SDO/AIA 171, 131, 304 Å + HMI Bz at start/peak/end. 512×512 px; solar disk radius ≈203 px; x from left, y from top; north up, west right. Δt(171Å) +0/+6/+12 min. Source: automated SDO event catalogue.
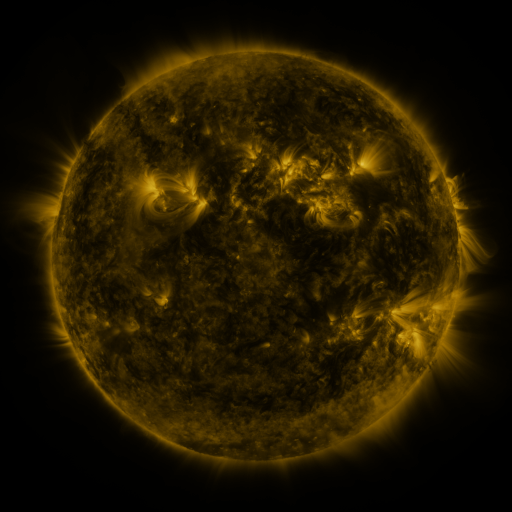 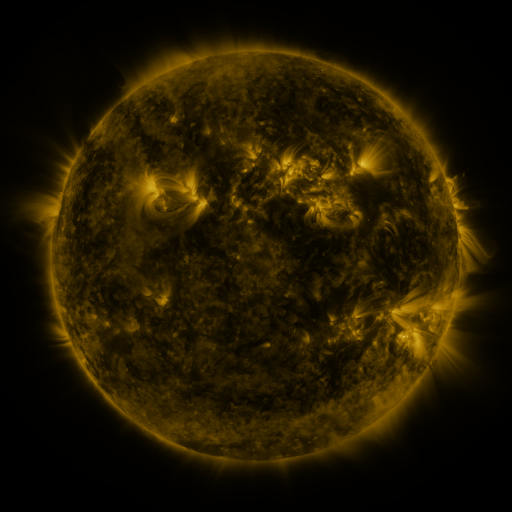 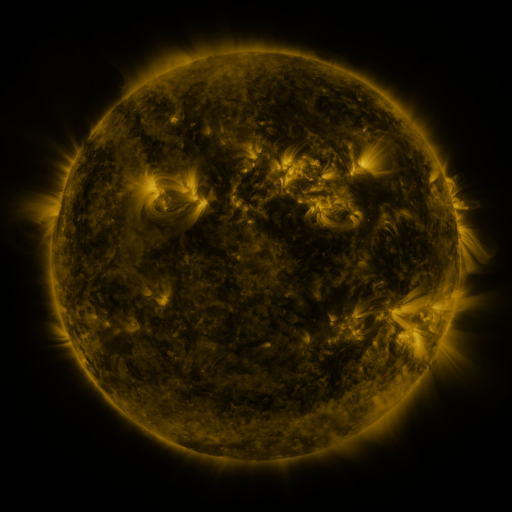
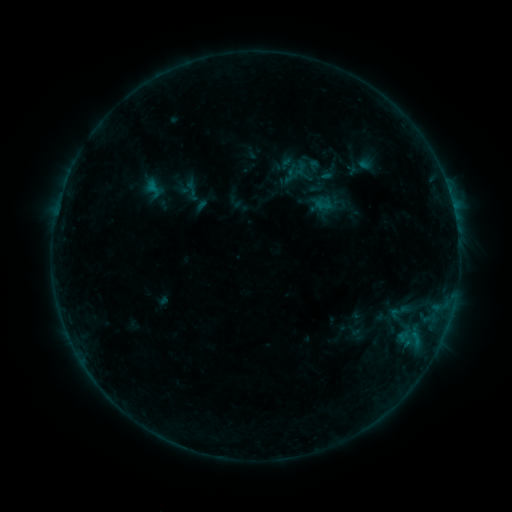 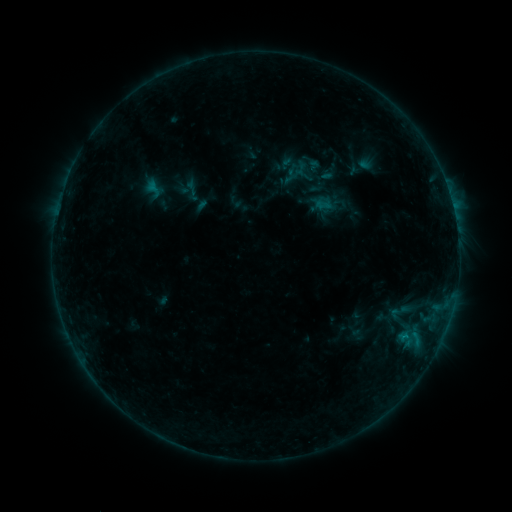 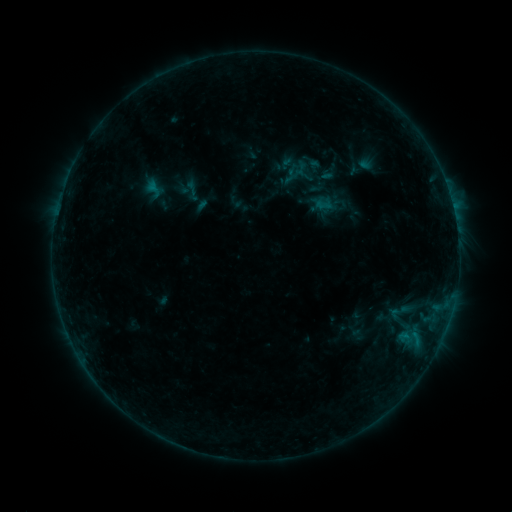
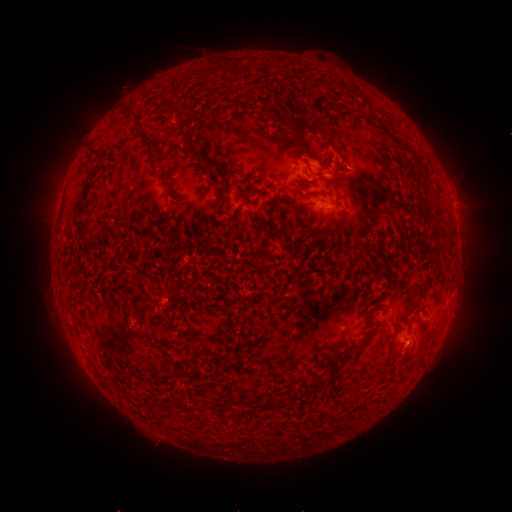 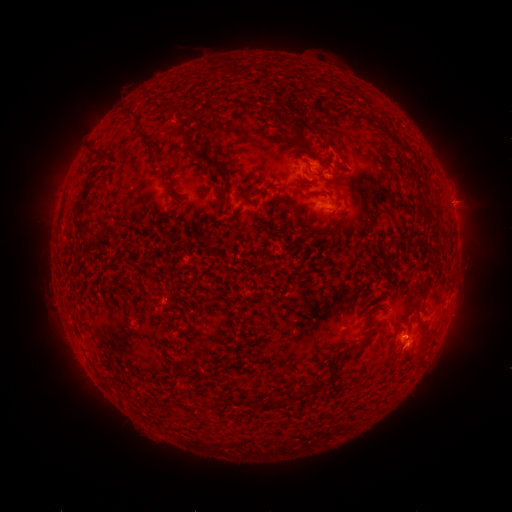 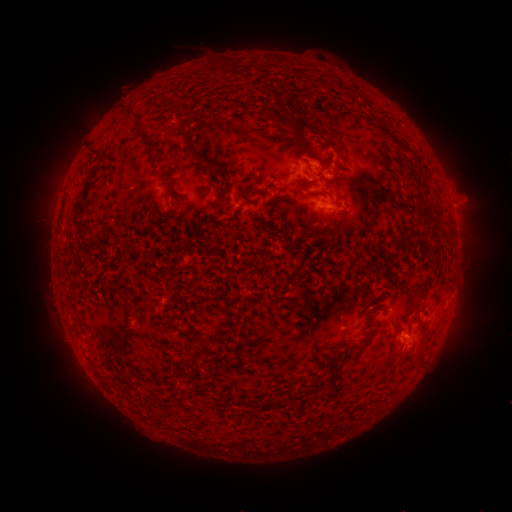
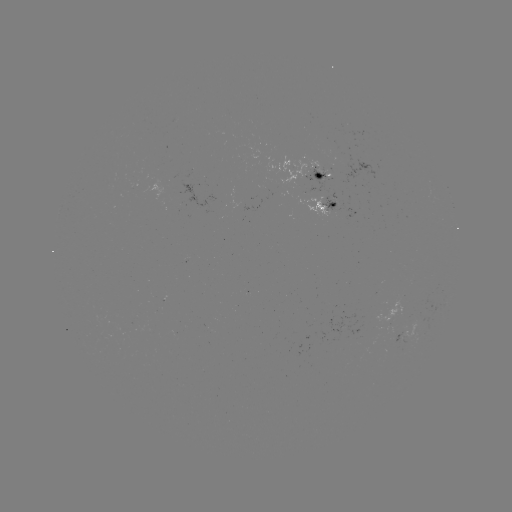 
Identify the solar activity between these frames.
eruption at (465, 201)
